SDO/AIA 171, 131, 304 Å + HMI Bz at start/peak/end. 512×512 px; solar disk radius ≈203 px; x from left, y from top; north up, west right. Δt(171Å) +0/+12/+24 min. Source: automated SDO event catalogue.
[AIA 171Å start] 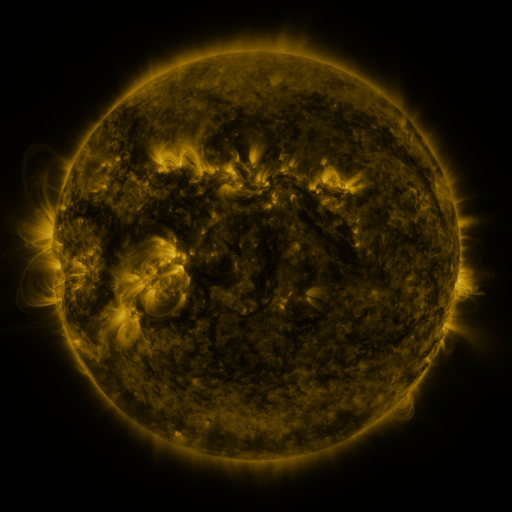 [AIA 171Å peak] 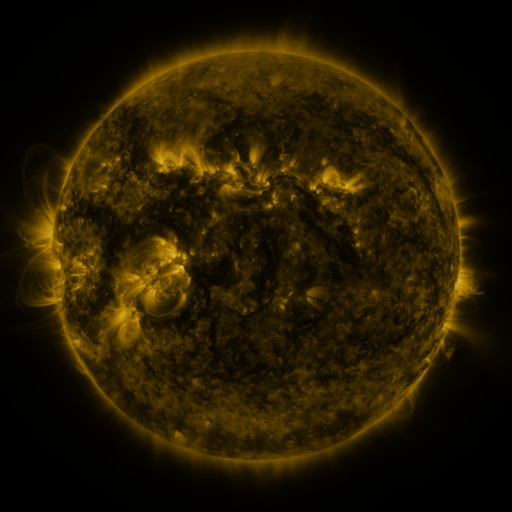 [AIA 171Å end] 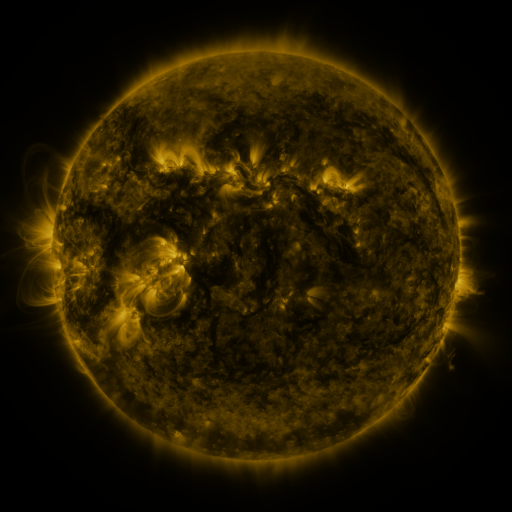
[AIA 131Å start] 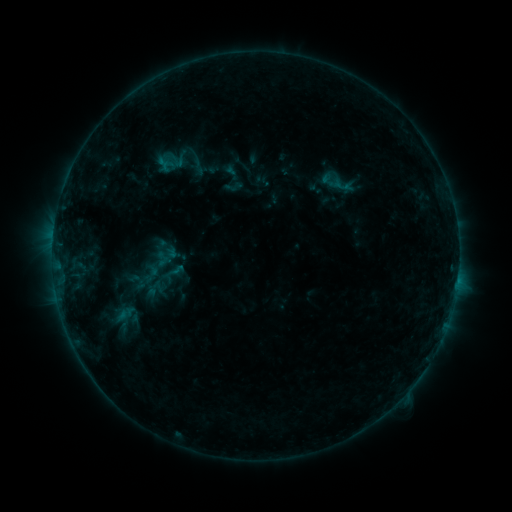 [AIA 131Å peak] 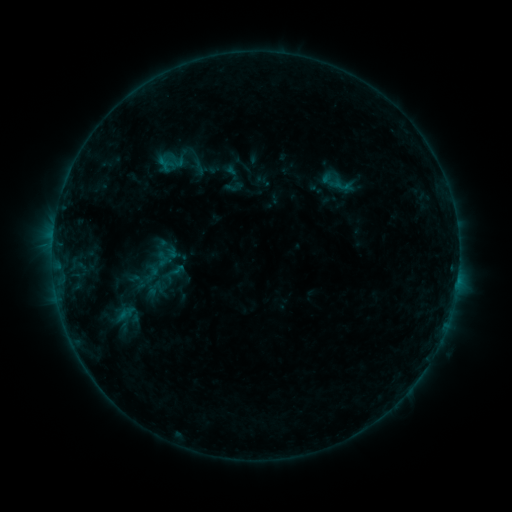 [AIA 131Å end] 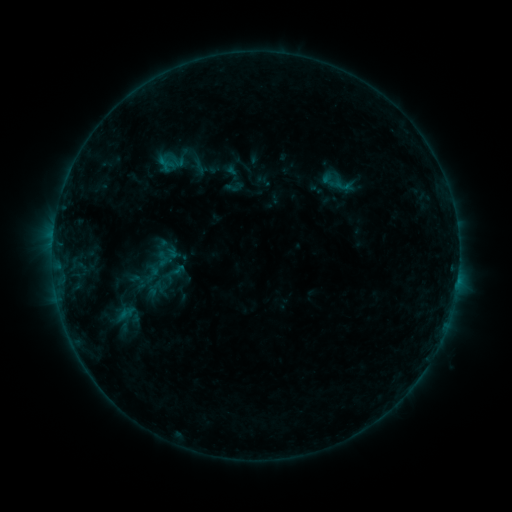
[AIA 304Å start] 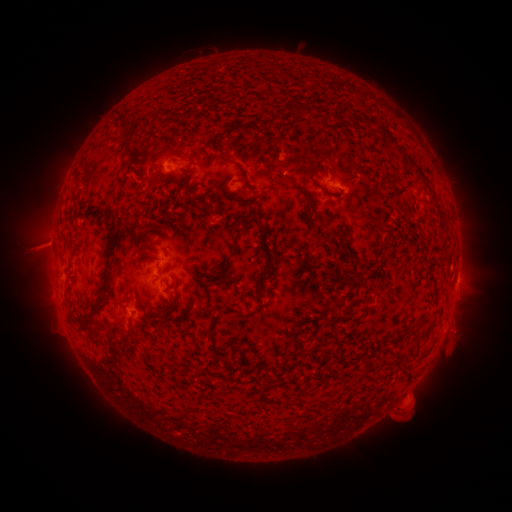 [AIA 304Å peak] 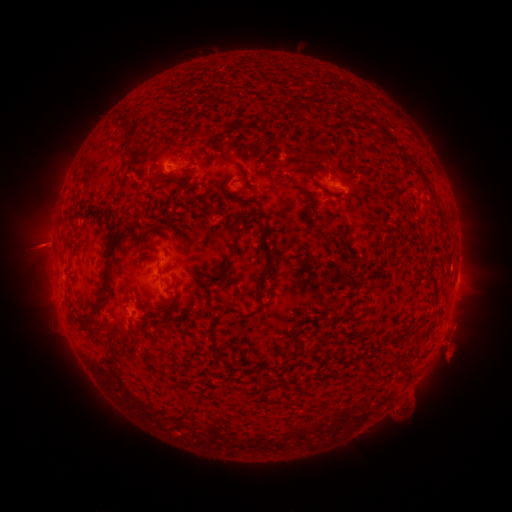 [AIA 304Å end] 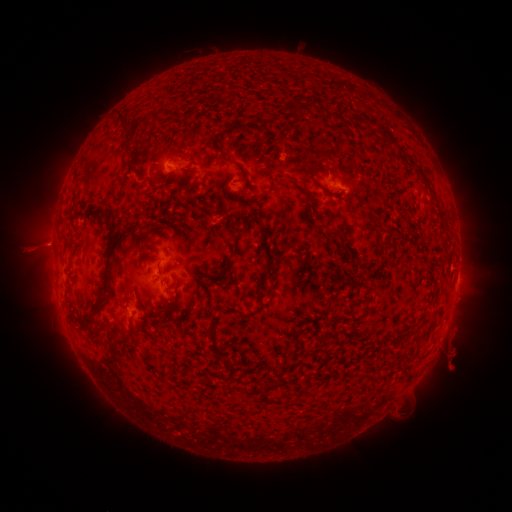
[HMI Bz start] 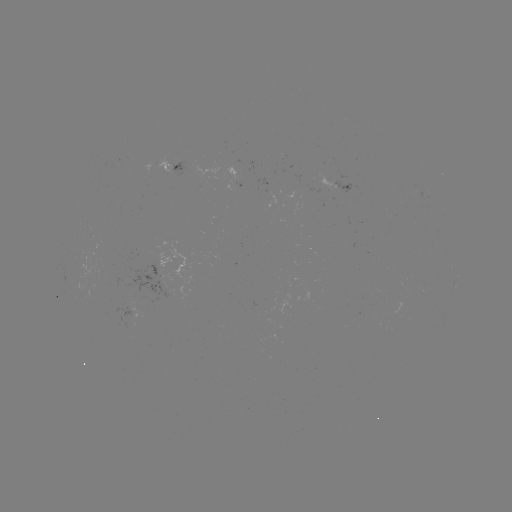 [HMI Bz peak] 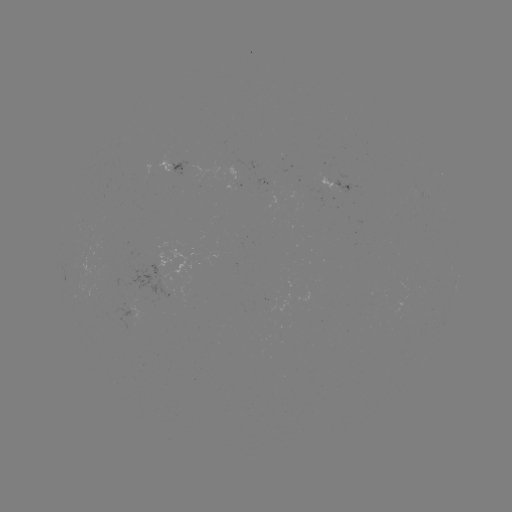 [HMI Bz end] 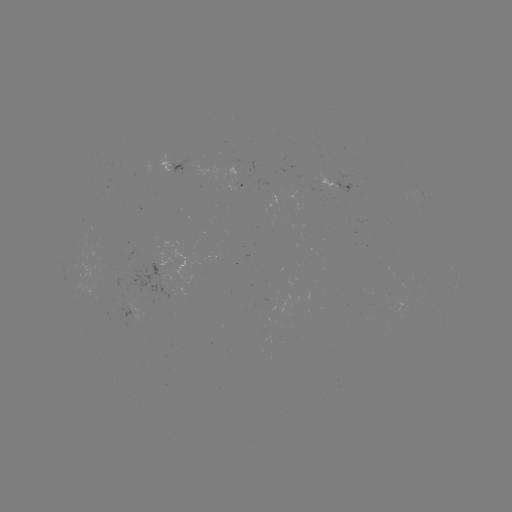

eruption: [426, 322, 476, 375]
